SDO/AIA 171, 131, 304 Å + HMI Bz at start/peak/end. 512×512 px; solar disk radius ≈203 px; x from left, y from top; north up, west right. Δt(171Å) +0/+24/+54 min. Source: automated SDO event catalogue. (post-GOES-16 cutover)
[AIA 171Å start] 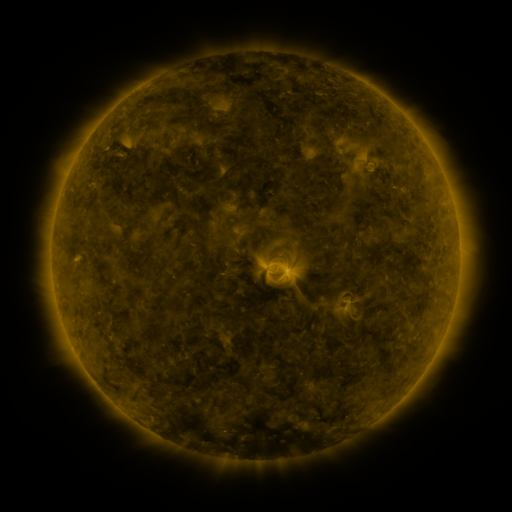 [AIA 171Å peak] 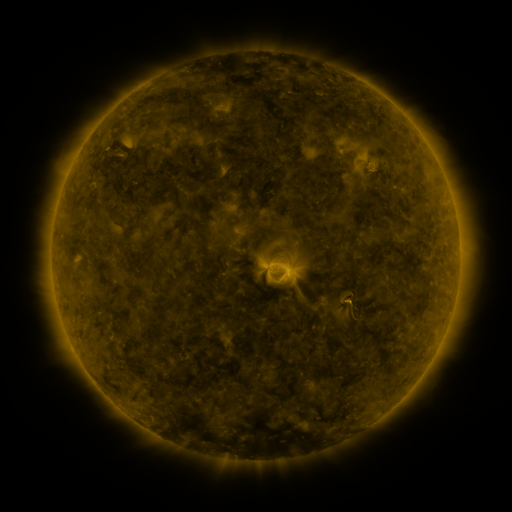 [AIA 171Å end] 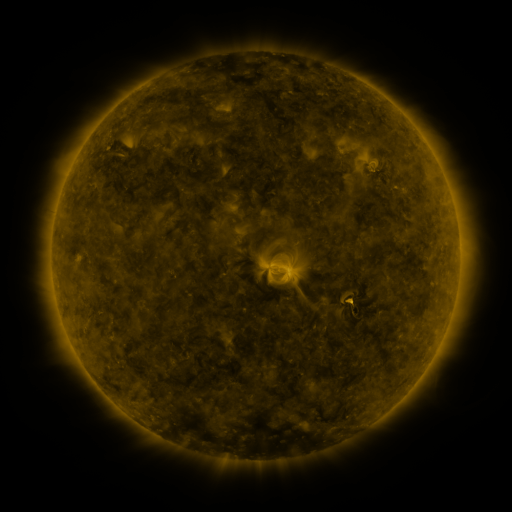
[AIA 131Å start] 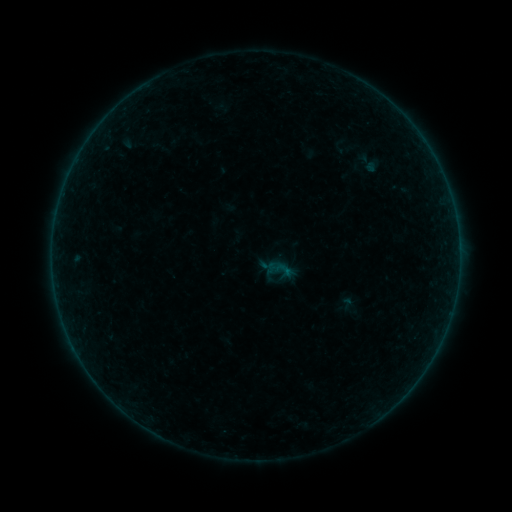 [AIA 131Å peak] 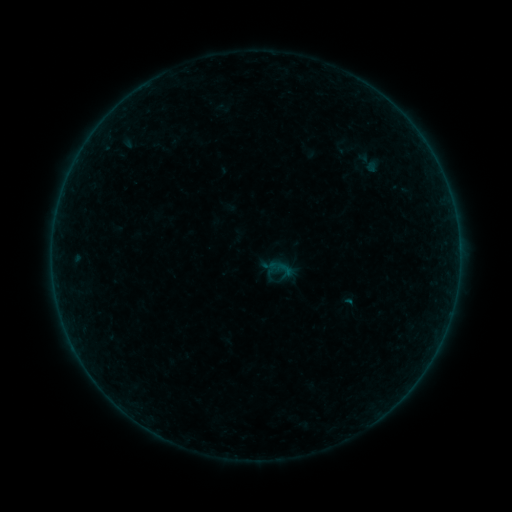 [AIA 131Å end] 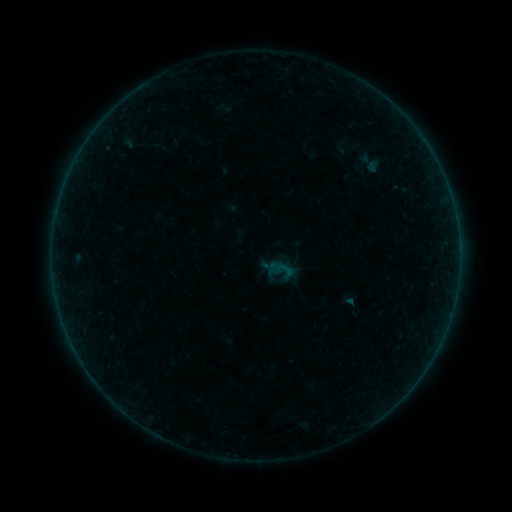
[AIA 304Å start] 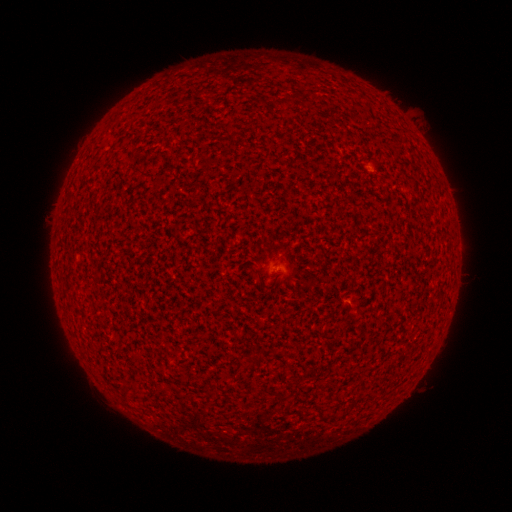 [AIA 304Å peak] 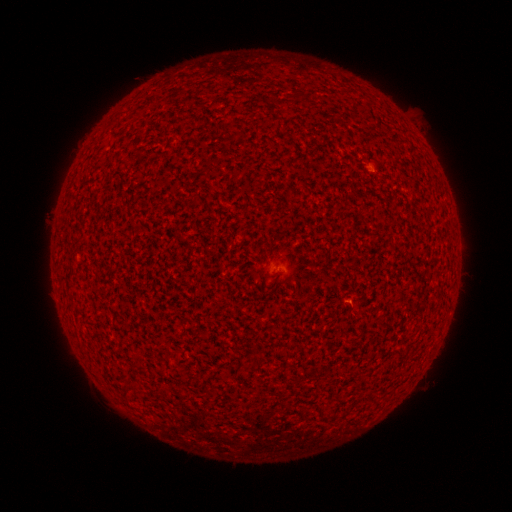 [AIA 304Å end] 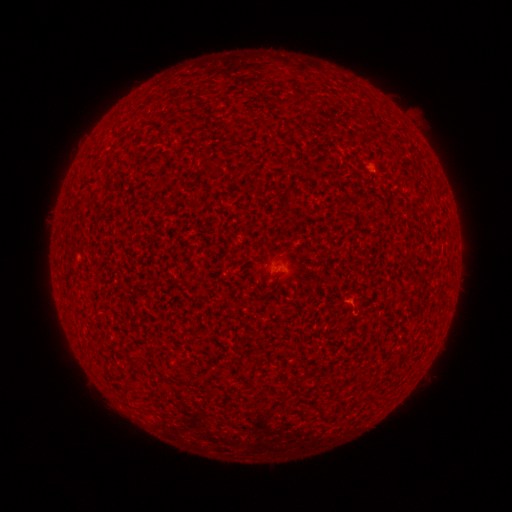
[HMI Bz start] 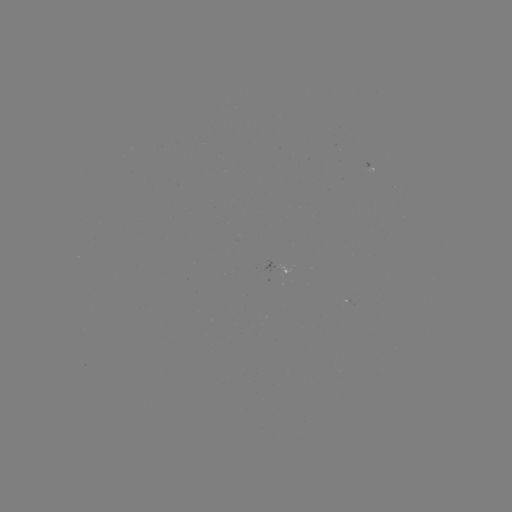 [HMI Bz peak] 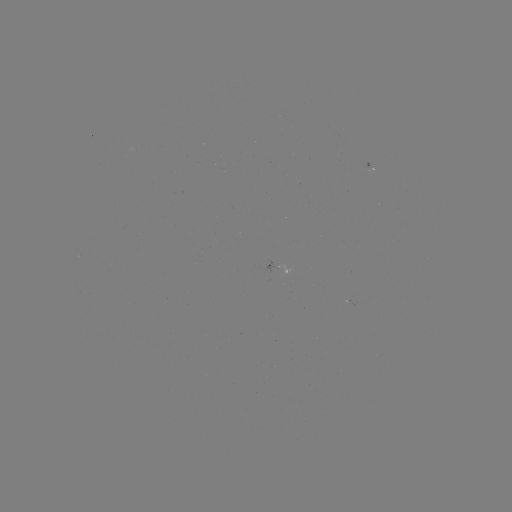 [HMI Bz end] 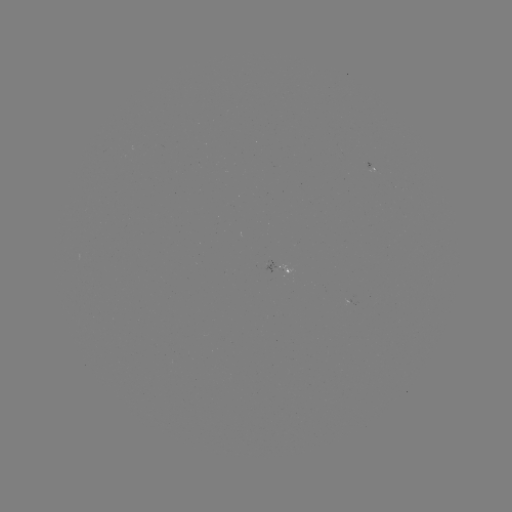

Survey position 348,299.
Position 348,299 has A4.0 flare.